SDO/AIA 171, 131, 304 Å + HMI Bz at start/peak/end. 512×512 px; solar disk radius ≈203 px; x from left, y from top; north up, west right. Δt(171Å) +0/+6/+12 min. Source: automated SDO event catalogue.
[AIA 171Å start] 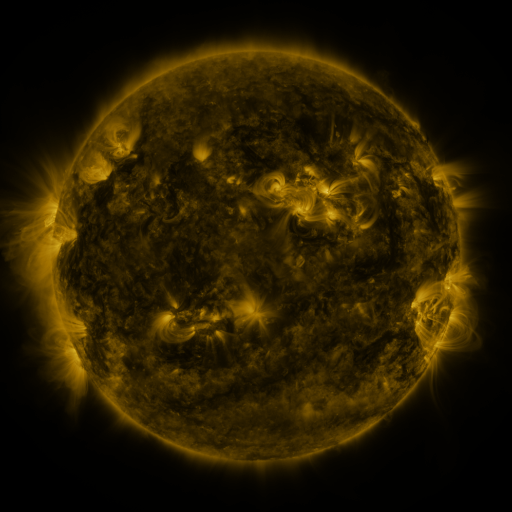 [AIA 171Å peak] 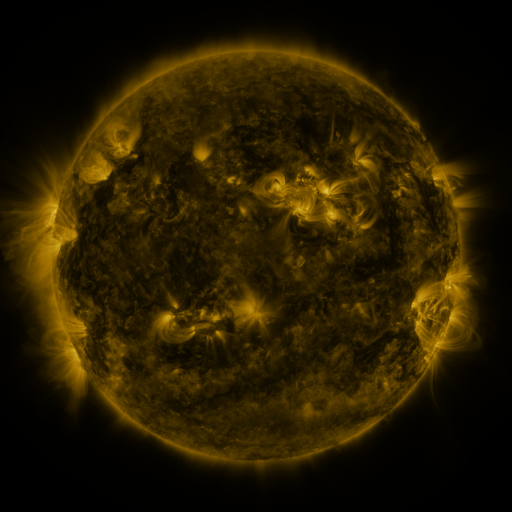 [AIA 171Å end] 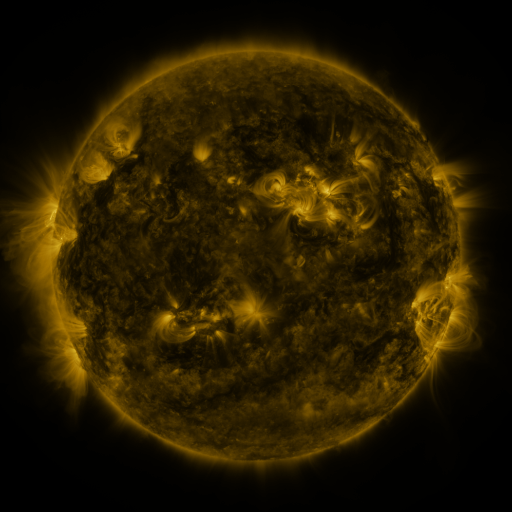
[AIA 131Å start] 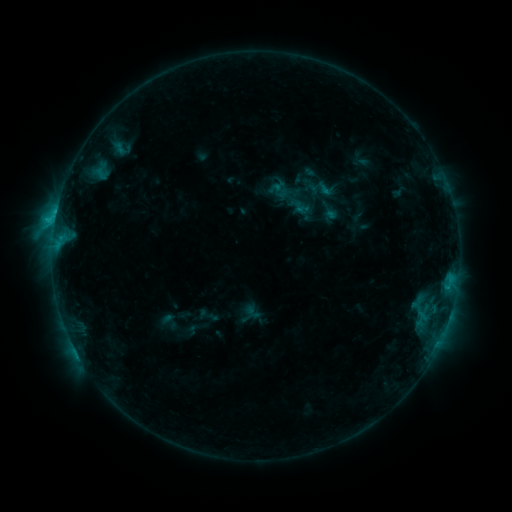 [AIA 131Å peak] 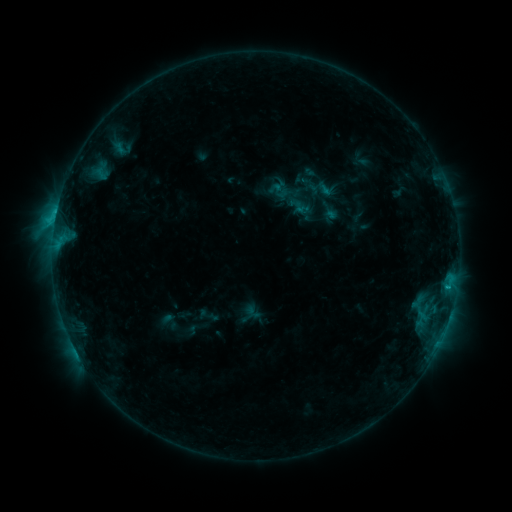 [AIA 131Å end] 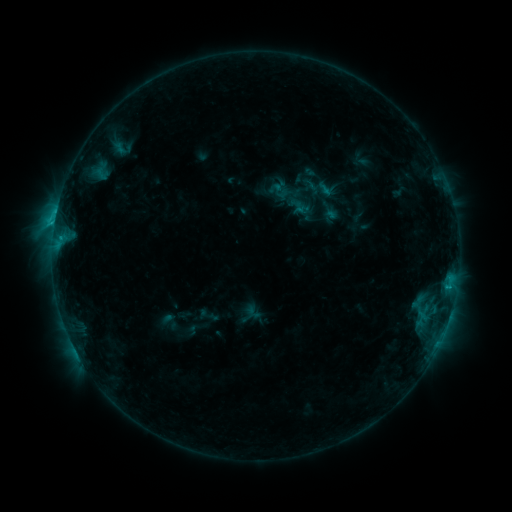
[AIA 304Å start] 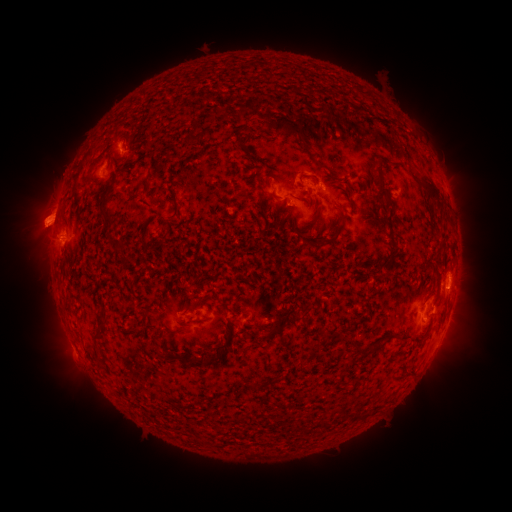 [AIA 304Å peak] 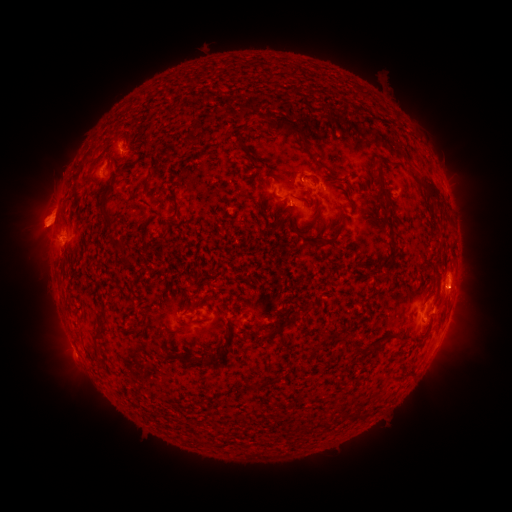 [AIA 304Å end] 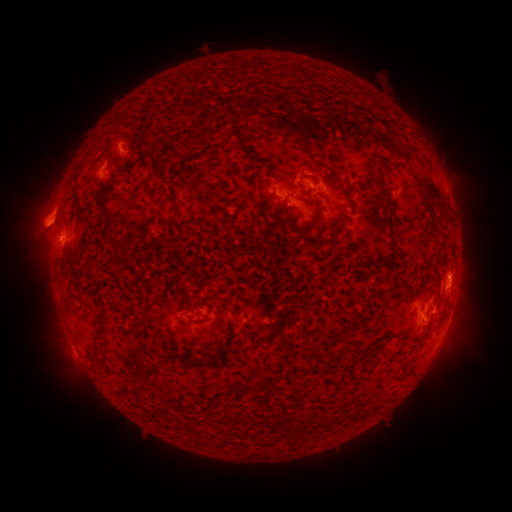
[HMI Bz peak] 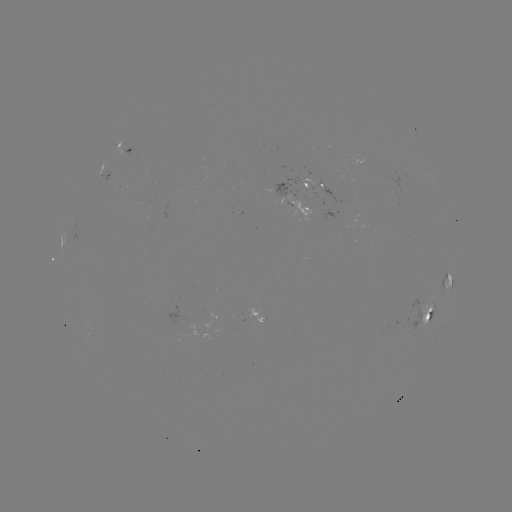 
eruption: (438, 263, 488, 316)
